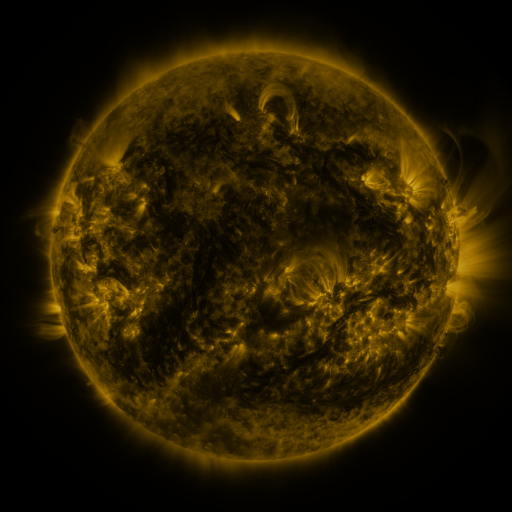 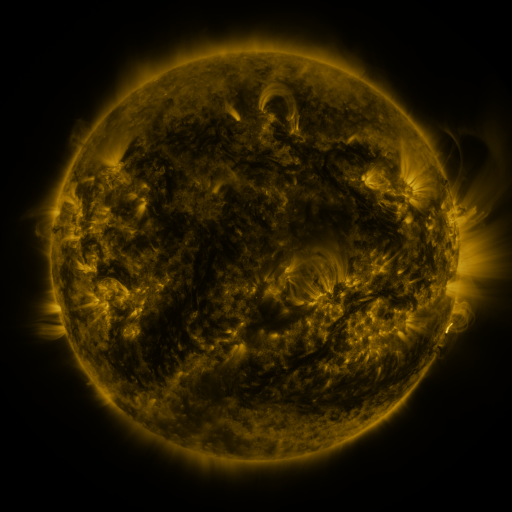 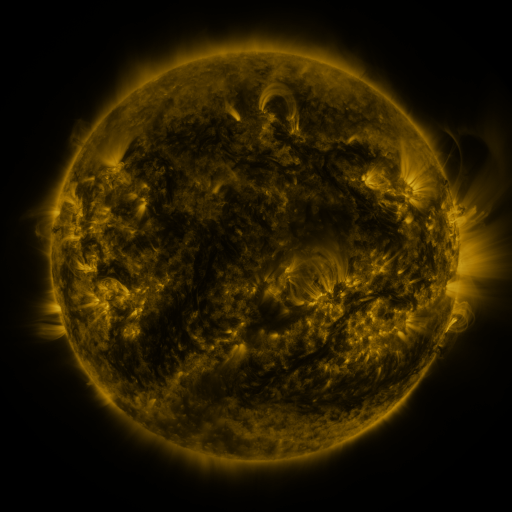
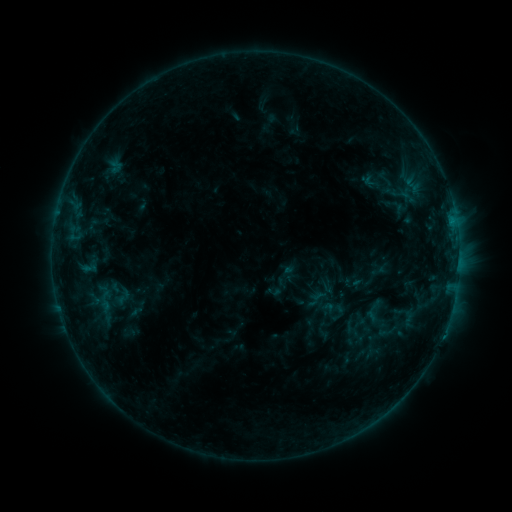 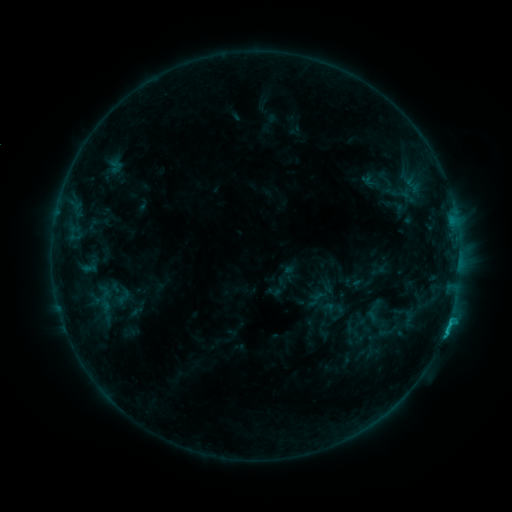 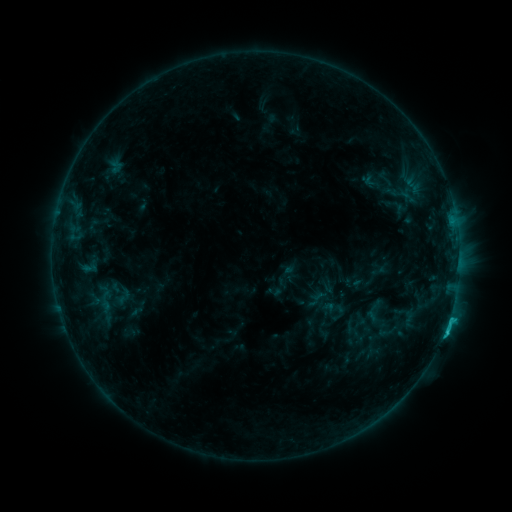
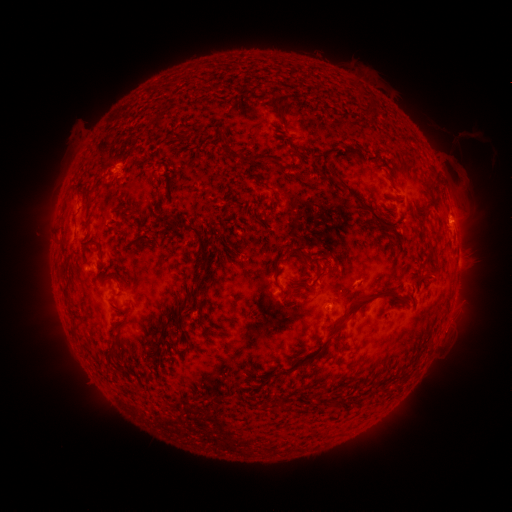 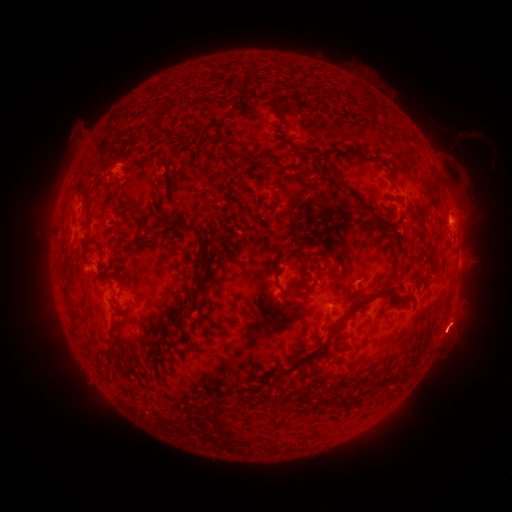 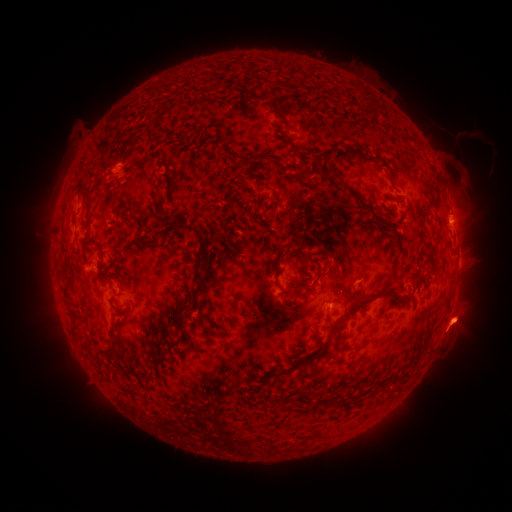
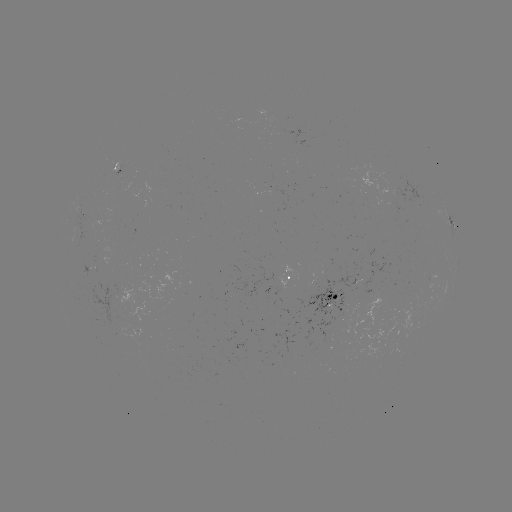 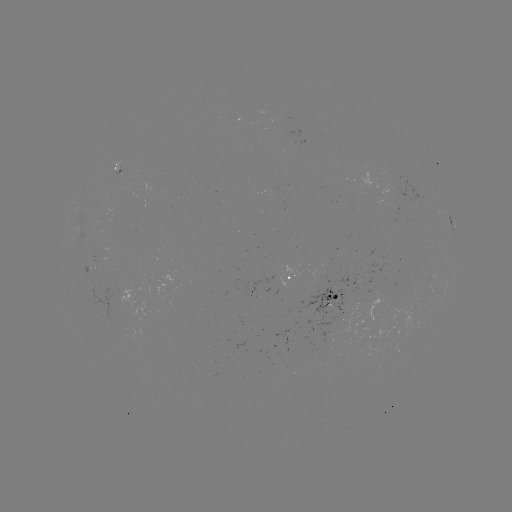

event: eruption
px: (457, 325)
